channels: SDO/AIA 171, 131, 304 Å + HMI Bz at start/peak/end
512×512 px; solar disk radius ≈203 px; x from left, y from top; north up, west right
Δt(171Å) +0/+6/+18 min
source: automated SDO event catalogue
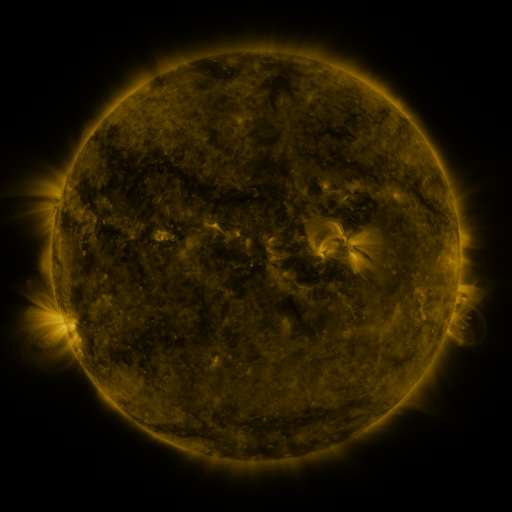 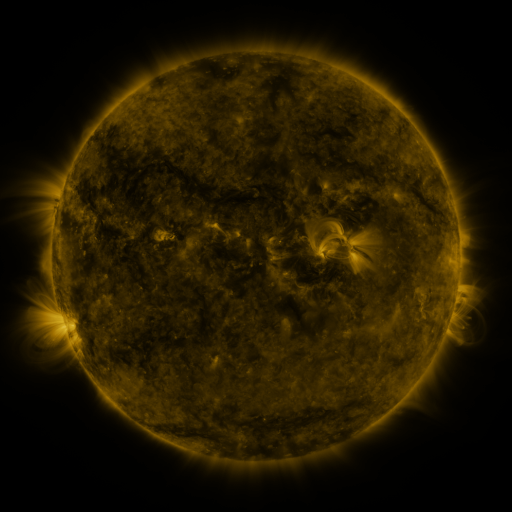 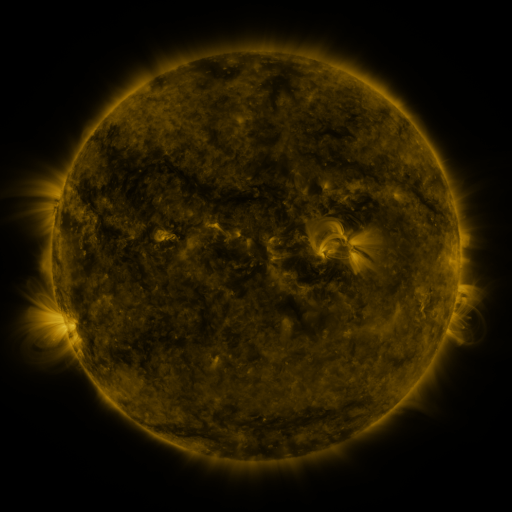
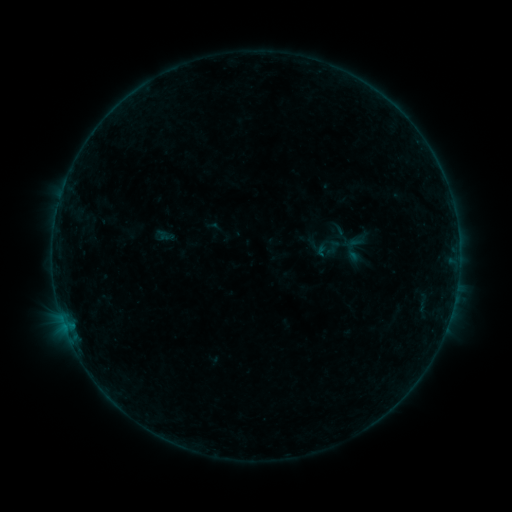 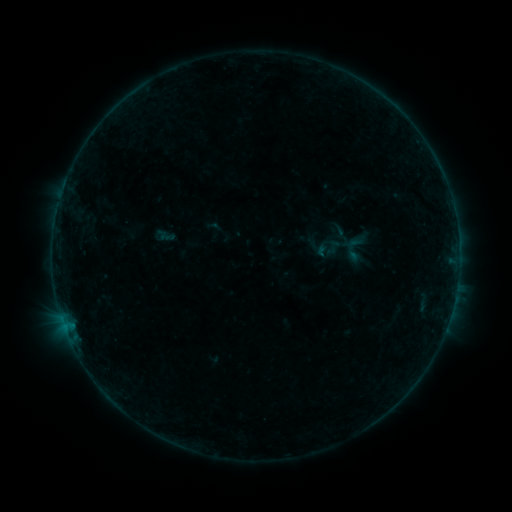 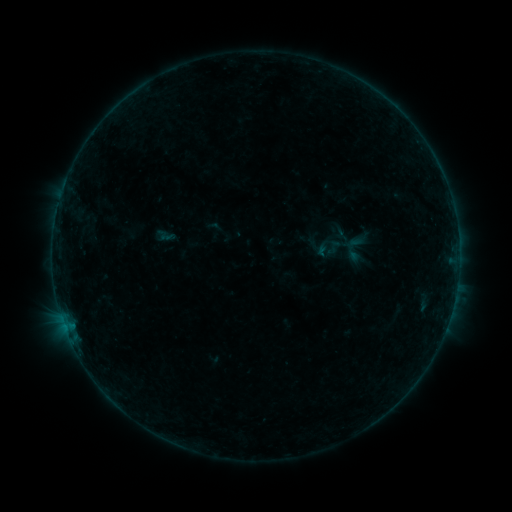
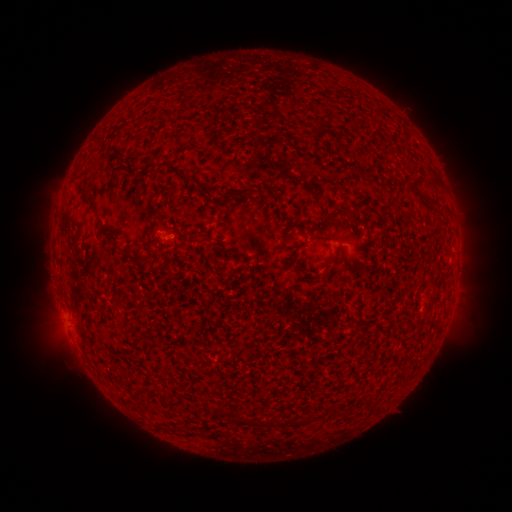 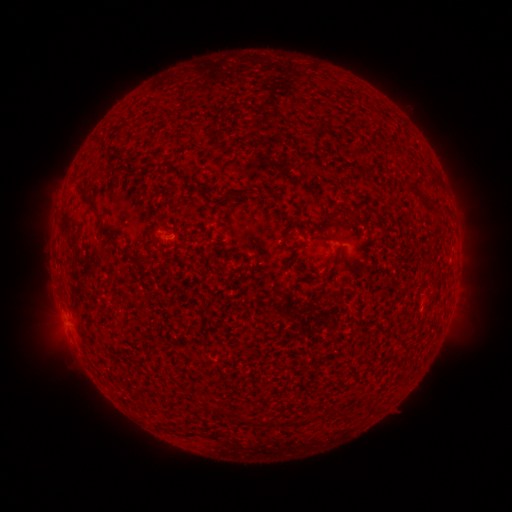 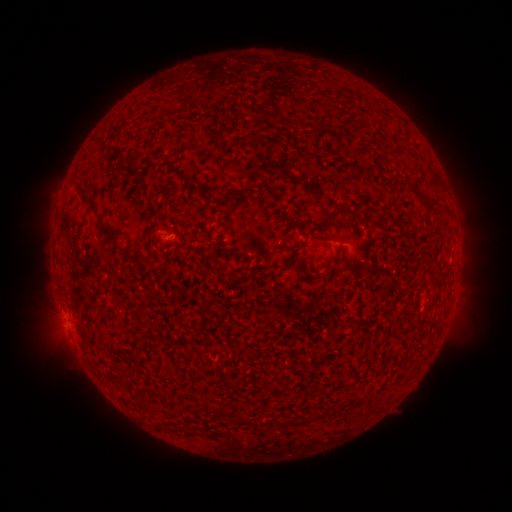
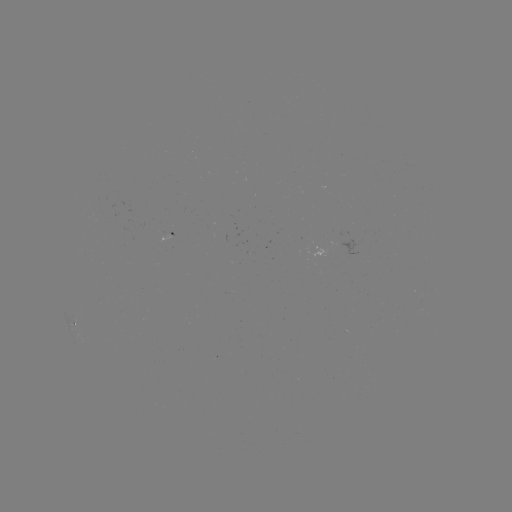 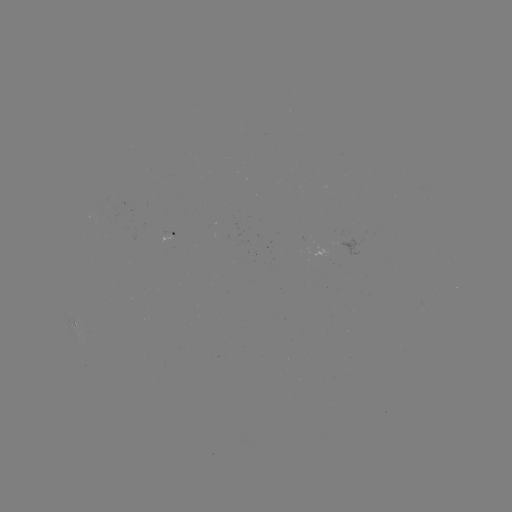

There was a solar flare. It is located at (65, 324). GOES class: B1.3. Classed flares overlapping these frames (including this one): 1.